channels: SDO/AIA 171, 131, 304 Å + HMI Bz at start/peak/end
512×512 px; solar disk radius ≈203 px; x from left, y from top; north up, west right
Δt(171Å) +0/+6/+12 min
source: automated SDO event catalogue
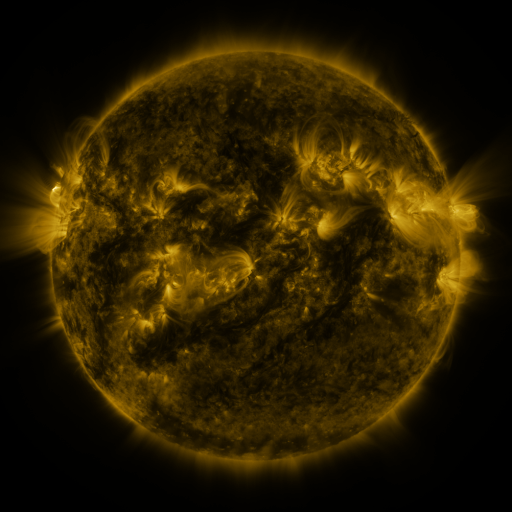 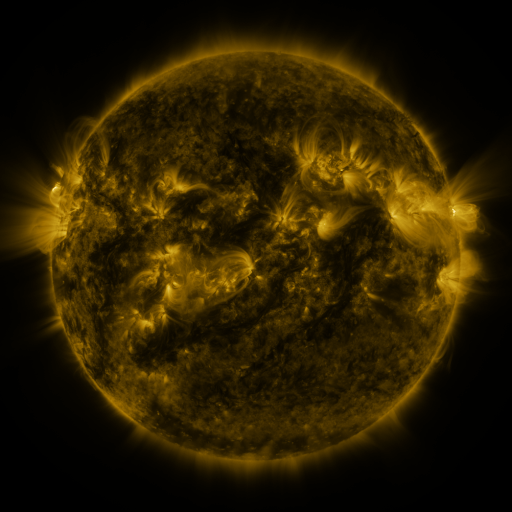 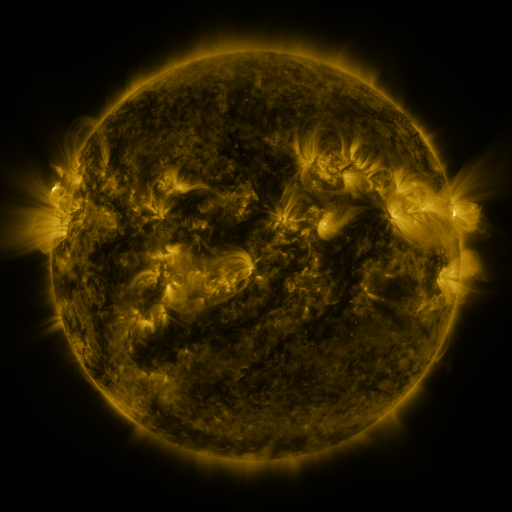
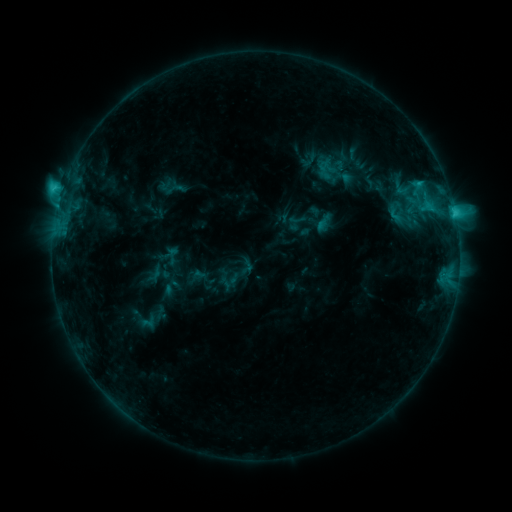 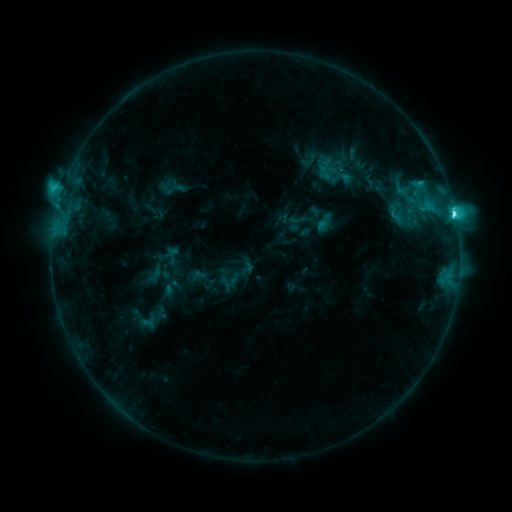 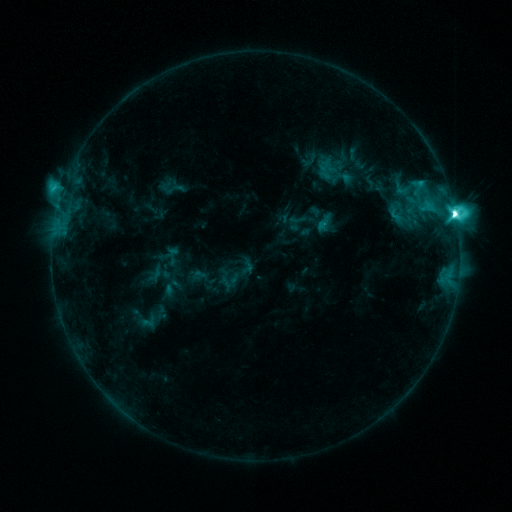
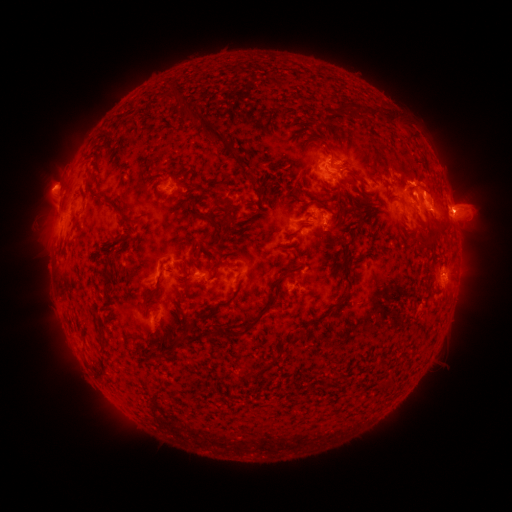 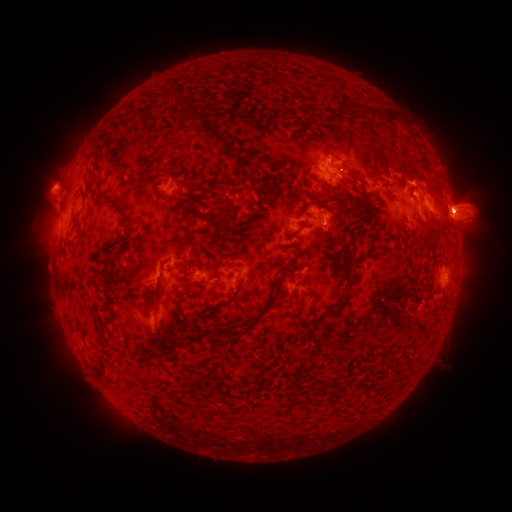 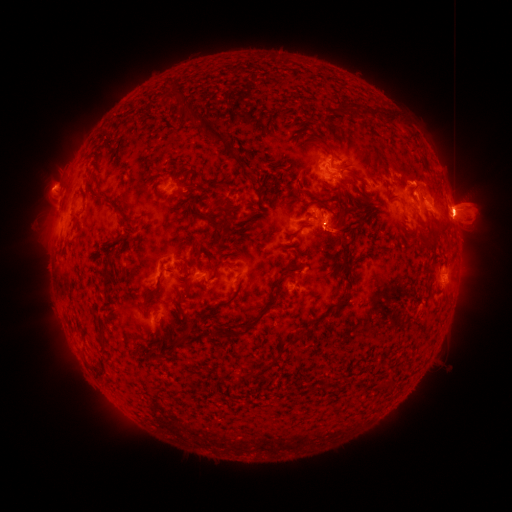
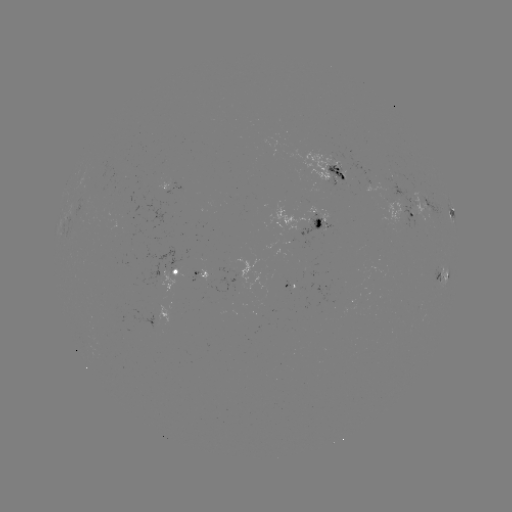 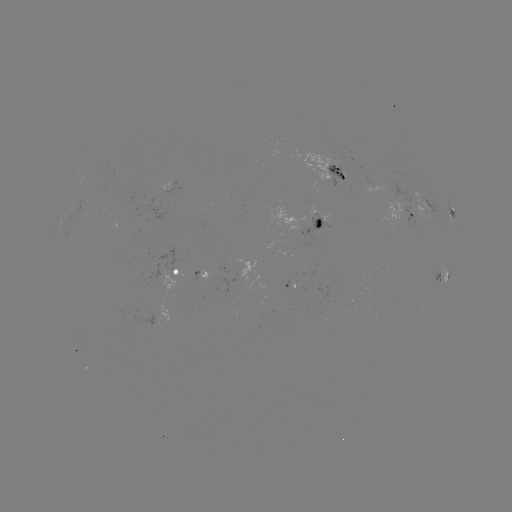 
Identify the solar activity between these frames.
M2.2 flare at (453, 217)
